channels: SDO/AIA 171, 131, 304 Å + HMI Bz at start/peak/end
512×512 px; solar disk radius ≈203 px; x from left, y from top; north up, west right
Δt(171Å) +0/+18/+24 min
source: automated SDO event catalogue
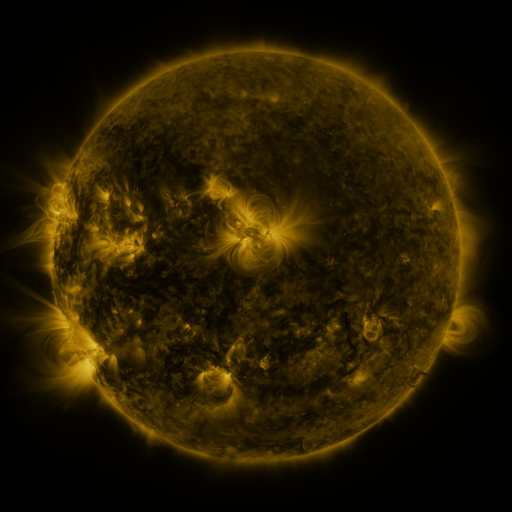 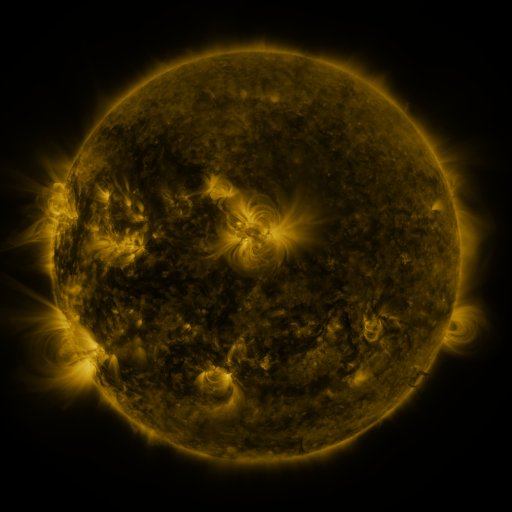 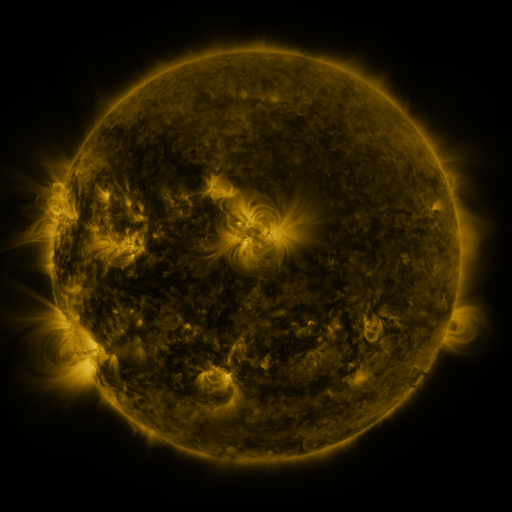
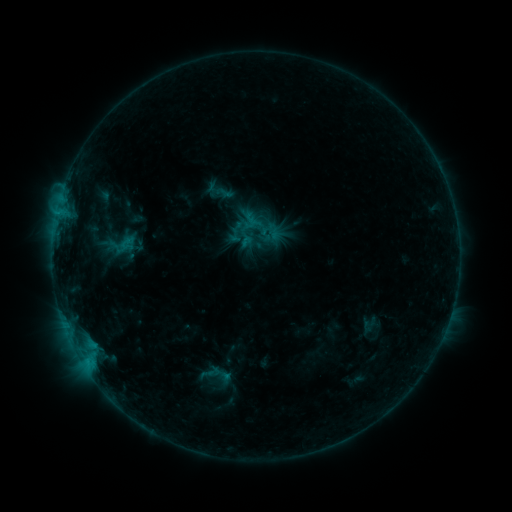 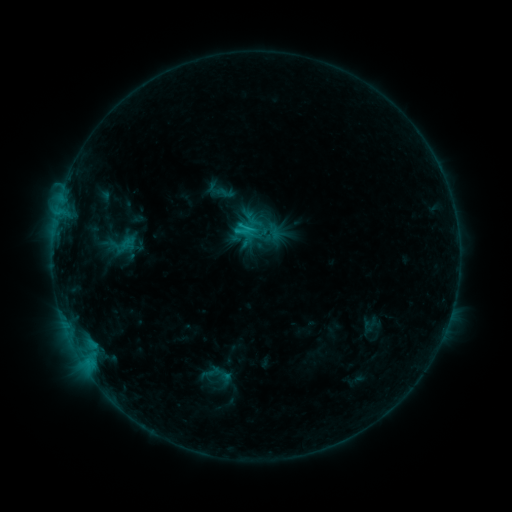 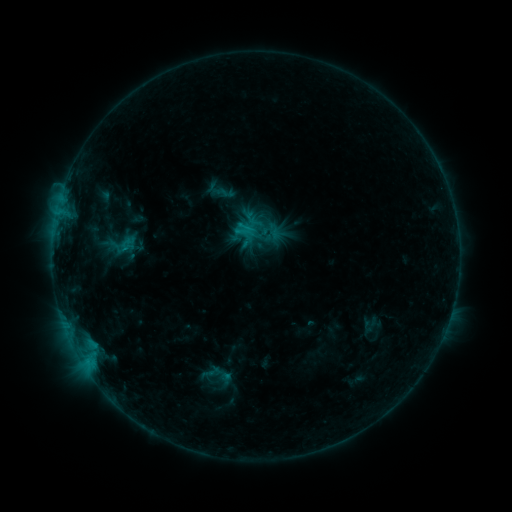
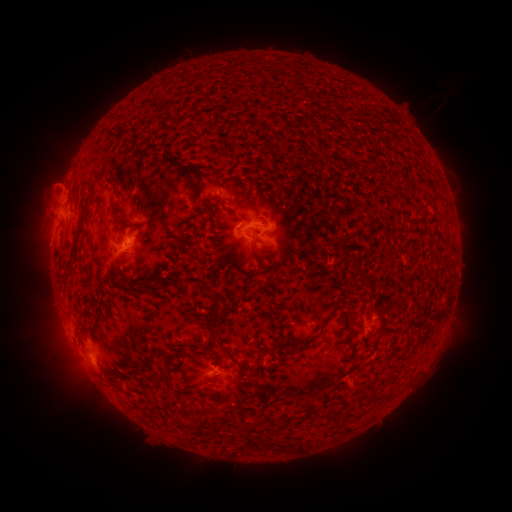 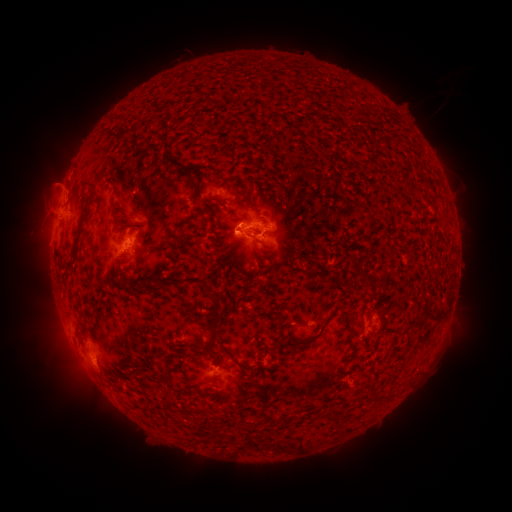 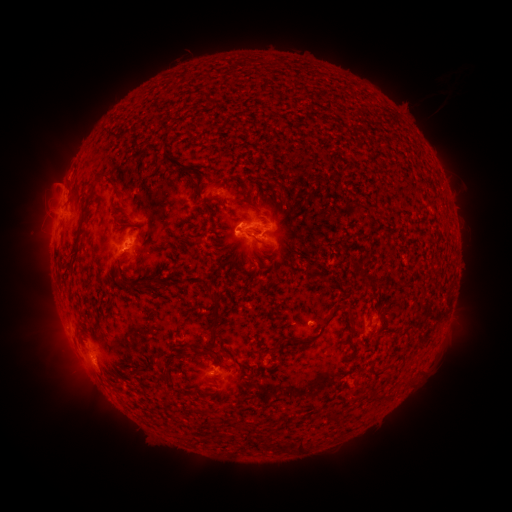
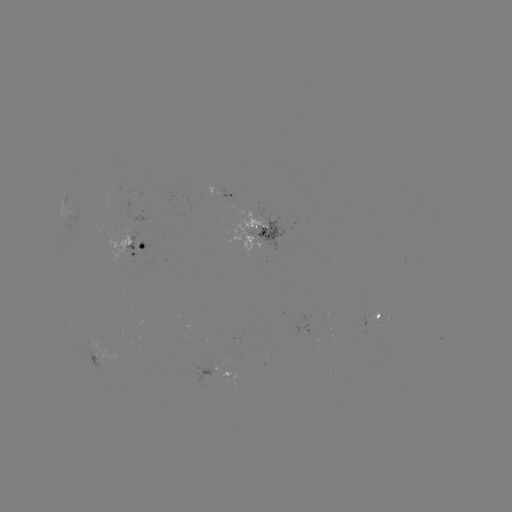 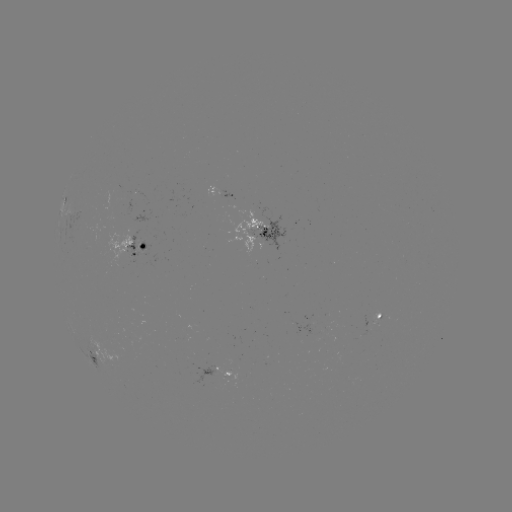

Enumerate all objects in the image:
C1.4 flare: (249, 230)
